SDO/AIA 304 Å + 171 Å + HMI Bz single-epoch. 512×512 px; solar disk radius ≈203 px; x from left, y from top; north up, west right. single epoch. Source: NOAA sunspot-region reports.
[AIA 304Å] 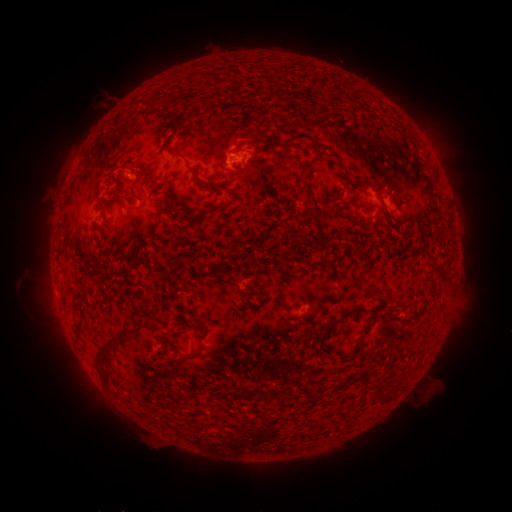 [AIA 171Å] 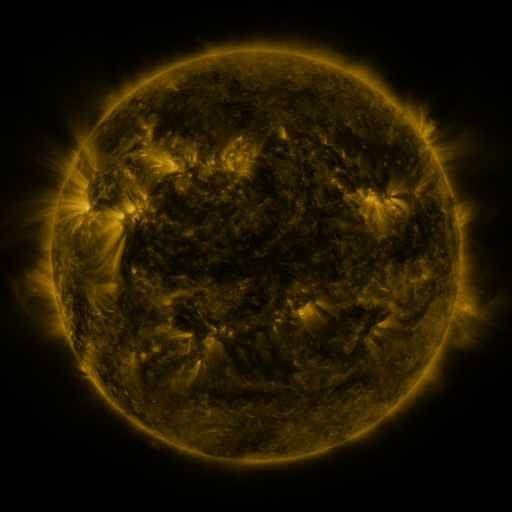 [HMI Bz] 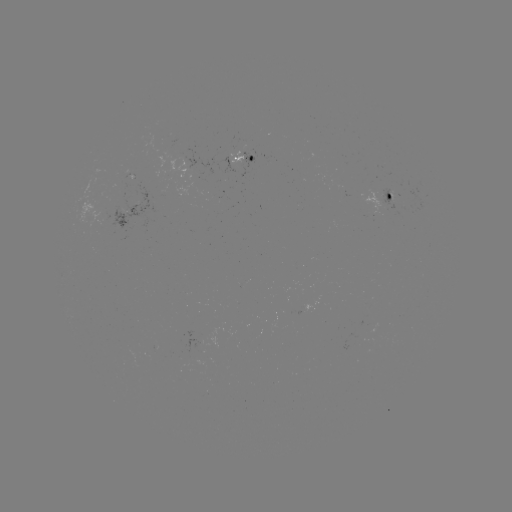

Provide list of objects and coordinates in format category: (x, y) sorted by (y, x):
spotted active region: (252, 158)
spotted active region: (394, 197)
spotted active region: (131, 210)
